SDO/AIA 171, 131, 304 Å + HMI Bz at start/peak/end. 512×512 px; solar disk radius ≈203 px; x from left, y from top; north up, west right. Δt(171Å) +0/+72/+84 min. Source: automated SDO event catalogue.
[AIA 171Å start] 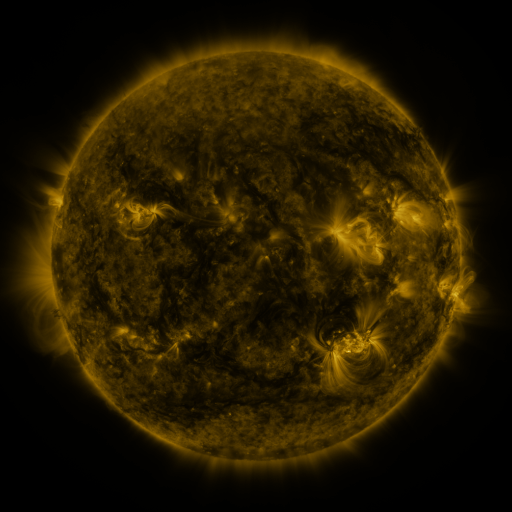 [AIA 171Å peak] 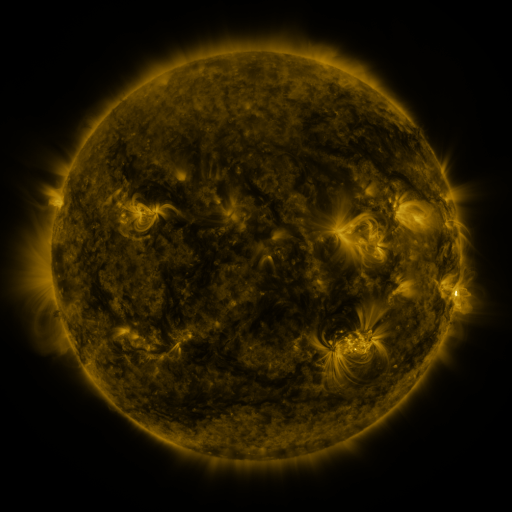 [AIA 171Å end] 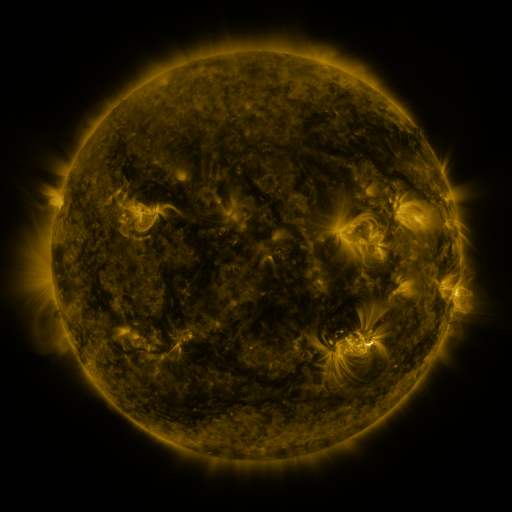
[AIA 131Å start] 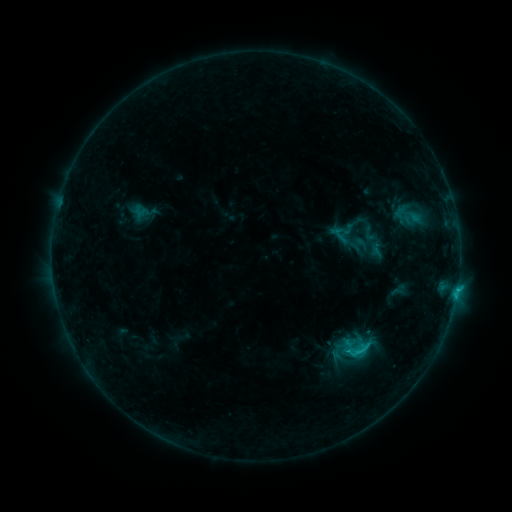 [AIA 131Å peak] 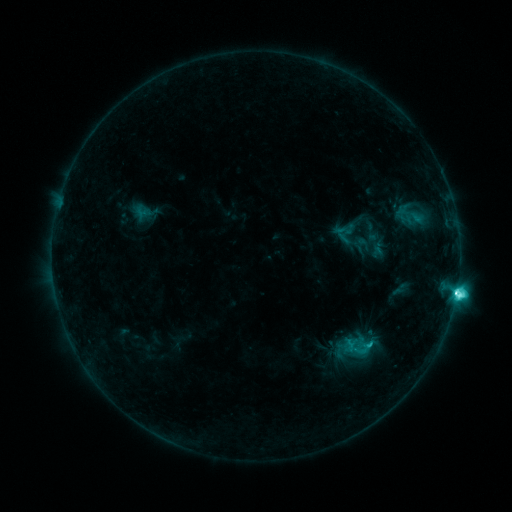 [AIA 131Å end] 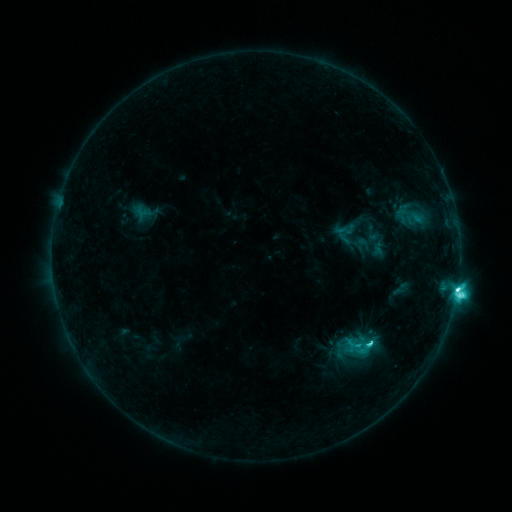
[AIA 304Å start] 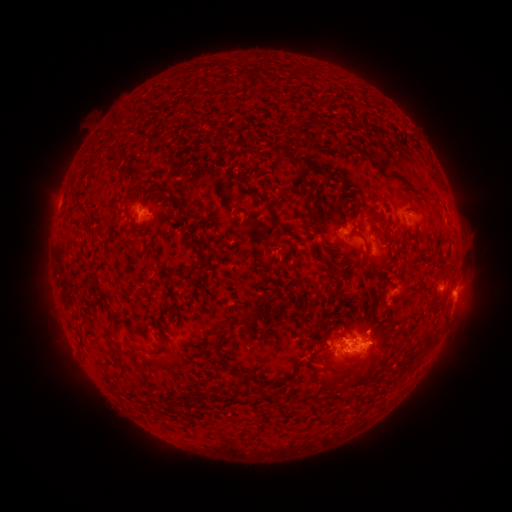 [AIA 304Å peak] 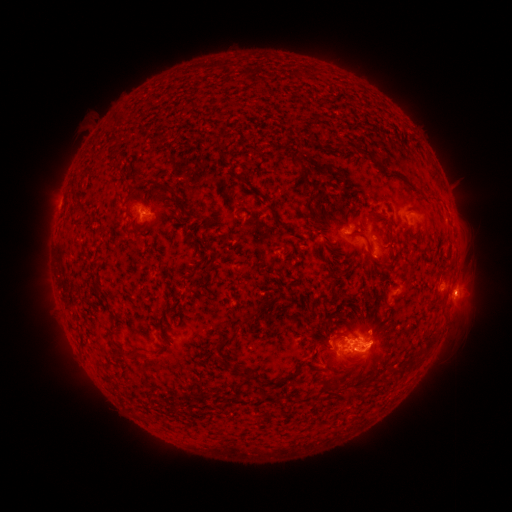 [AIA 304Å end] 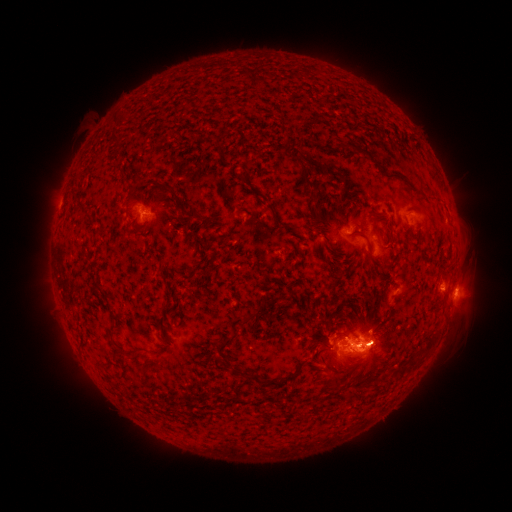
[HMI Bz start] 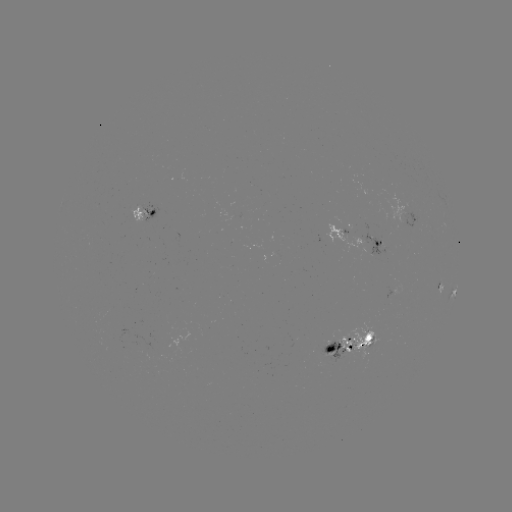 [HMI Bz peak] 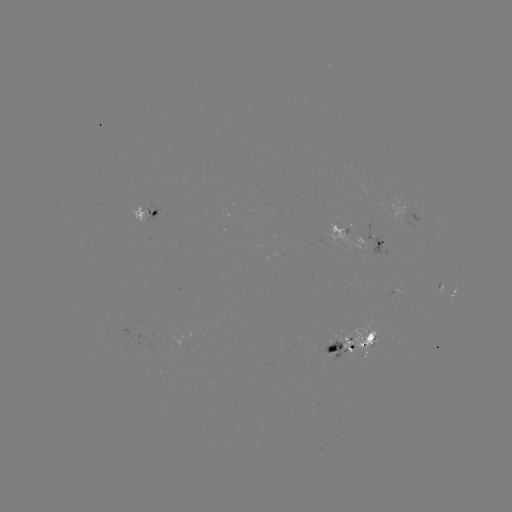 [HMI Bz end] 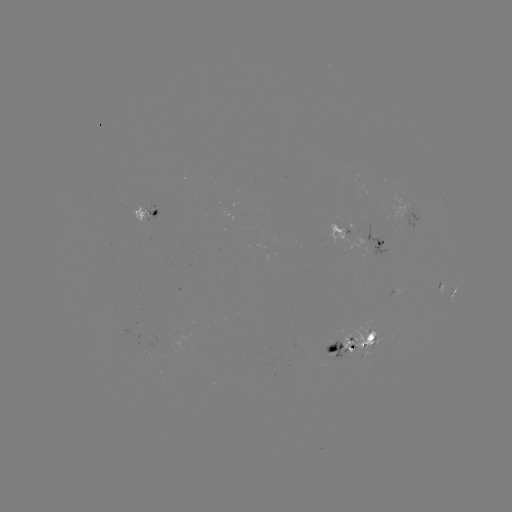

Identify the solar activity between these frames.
emerging-flux region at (356, 340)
